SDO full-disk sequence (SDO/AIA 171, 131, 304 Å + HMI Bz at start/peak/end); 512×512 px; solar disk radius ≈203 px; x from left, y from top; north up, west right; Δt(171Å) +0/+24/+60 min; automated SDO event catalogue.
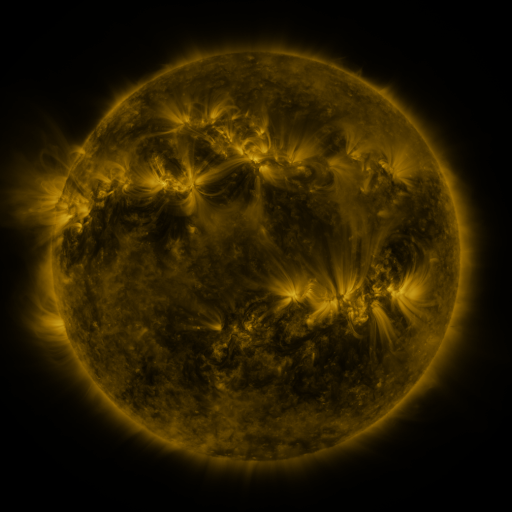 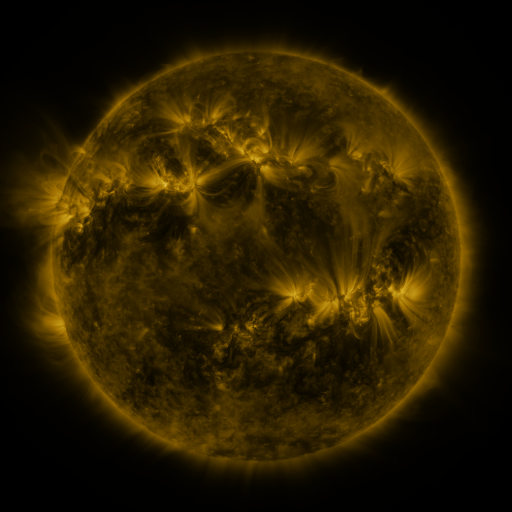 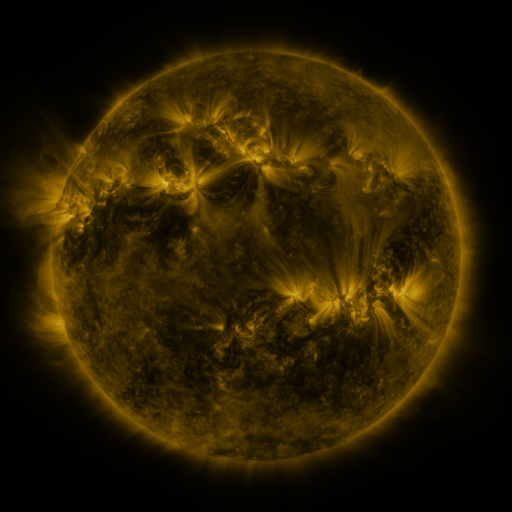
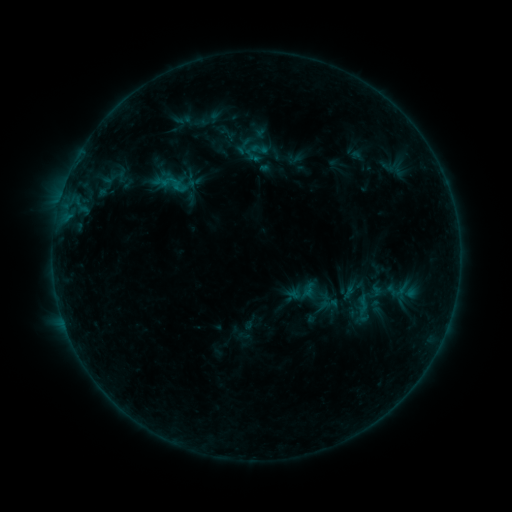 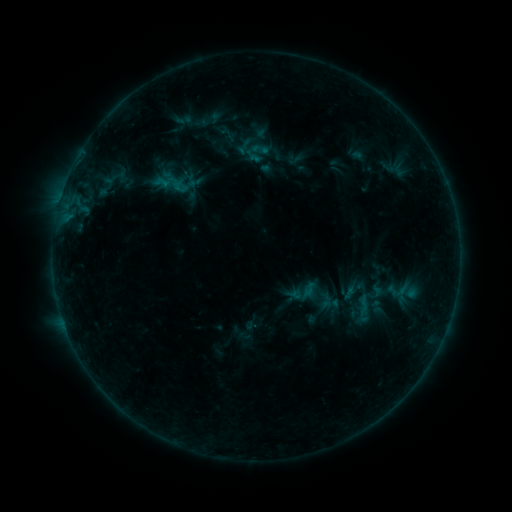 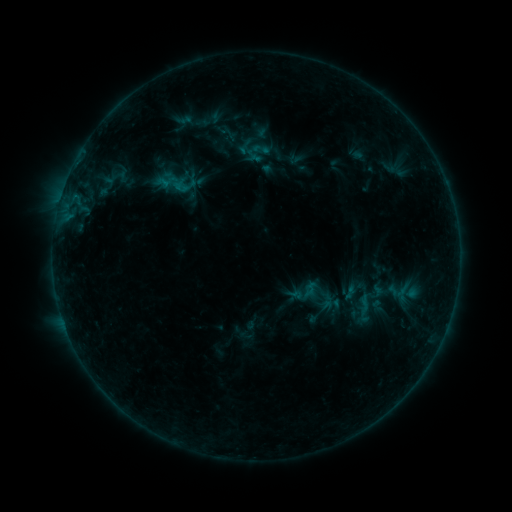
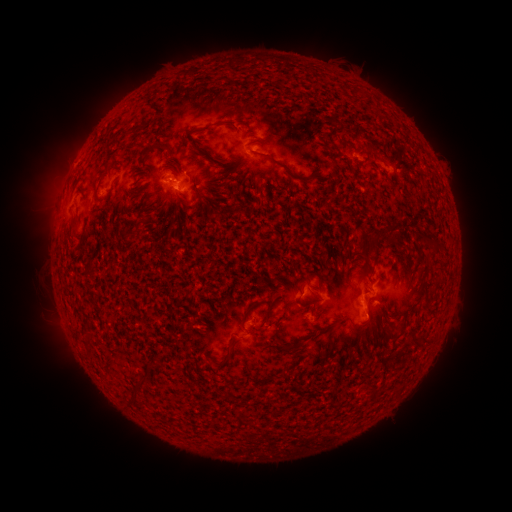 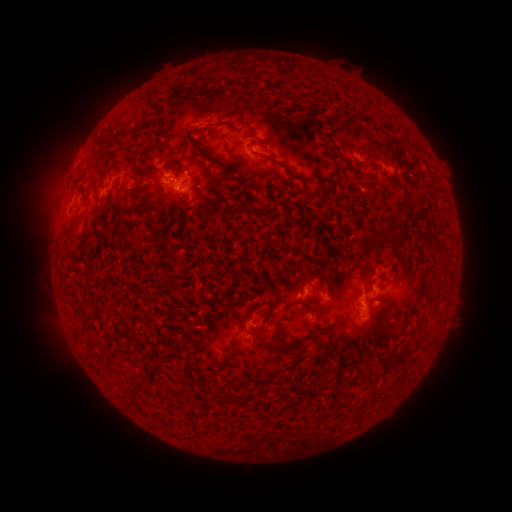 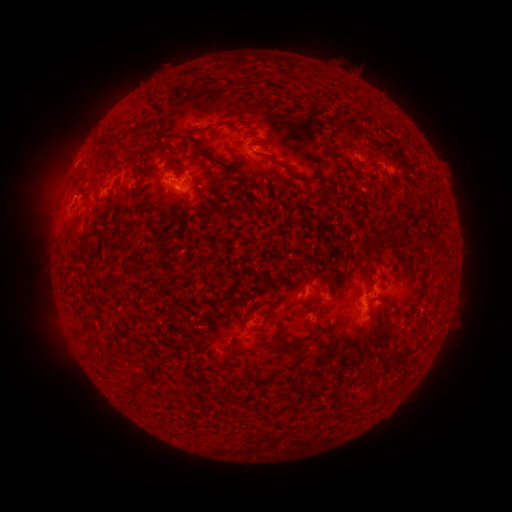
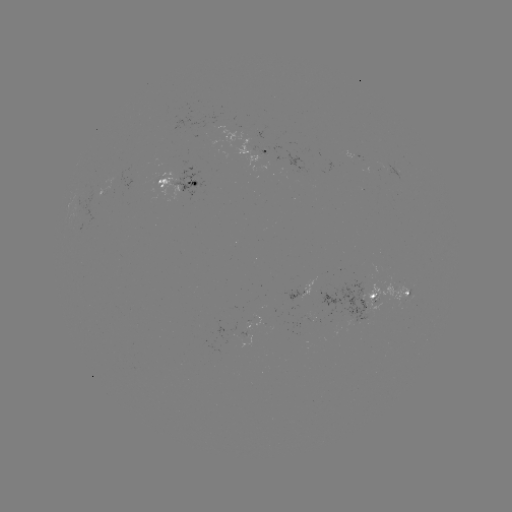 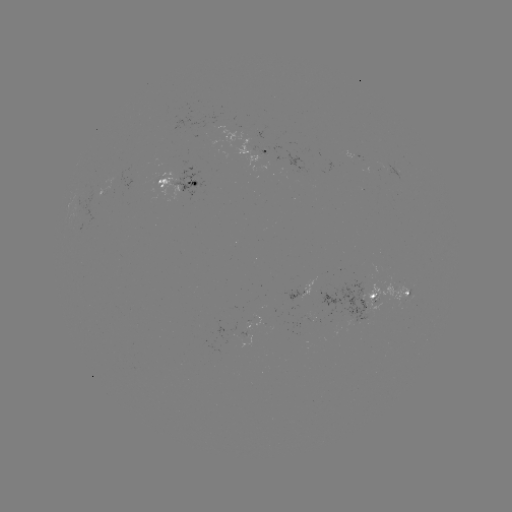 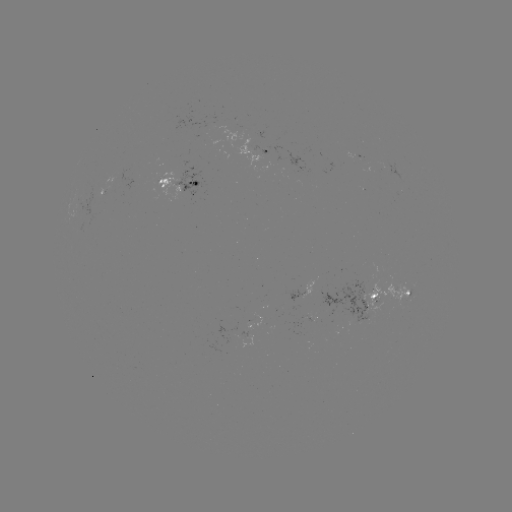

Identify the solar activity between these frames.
emerging-flux region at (107, 186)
